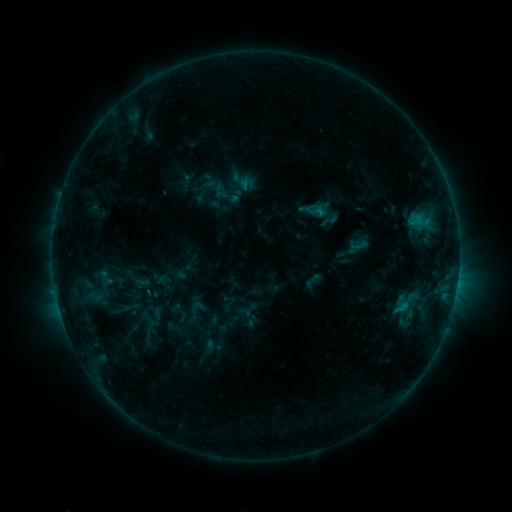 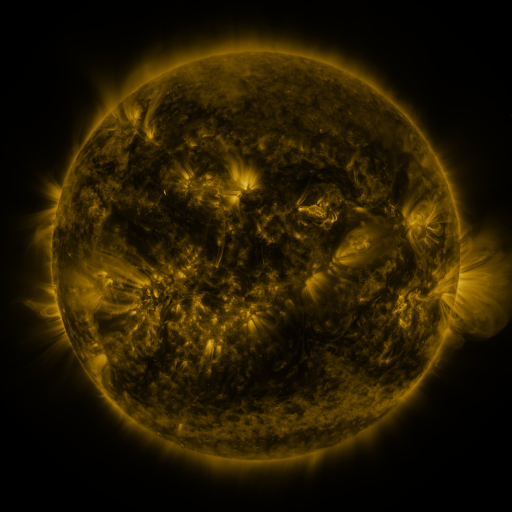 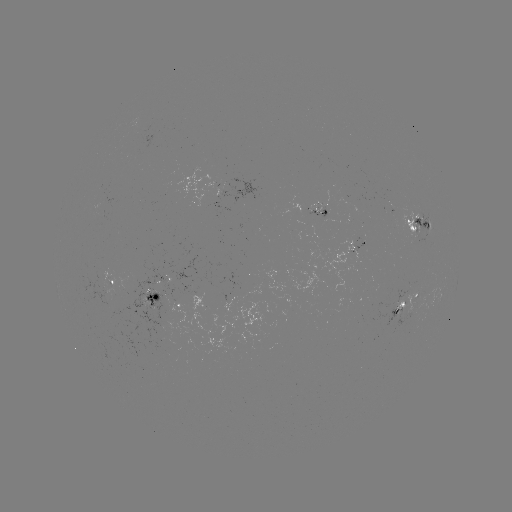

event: sigmoid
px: (402, 307)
